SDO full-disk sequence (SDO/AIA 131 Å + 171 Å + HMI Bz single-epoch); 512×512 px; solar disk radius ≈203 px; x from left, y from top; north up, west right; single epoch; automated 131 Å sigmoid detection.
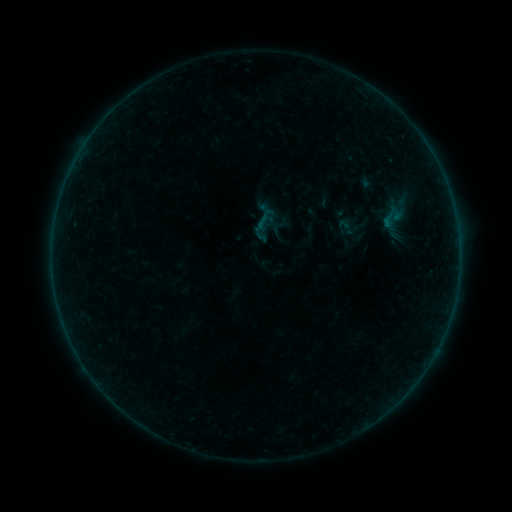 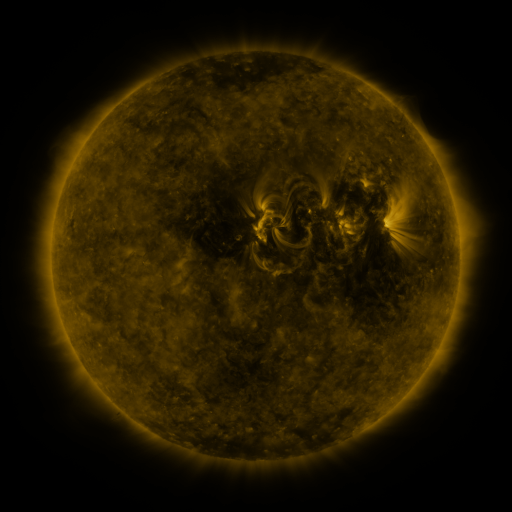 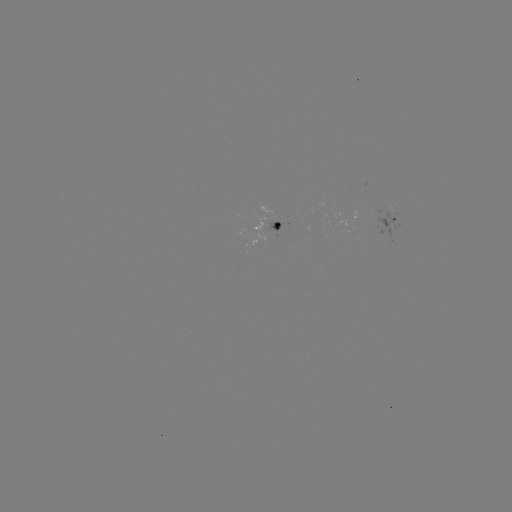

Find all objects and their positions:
sigmoid: (391, 217)
sigmoid: (346, 227)
